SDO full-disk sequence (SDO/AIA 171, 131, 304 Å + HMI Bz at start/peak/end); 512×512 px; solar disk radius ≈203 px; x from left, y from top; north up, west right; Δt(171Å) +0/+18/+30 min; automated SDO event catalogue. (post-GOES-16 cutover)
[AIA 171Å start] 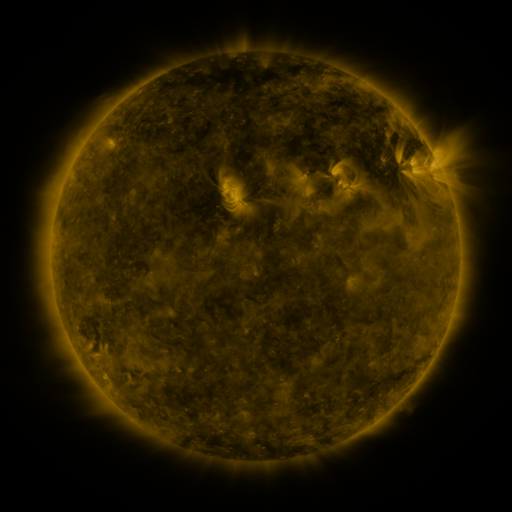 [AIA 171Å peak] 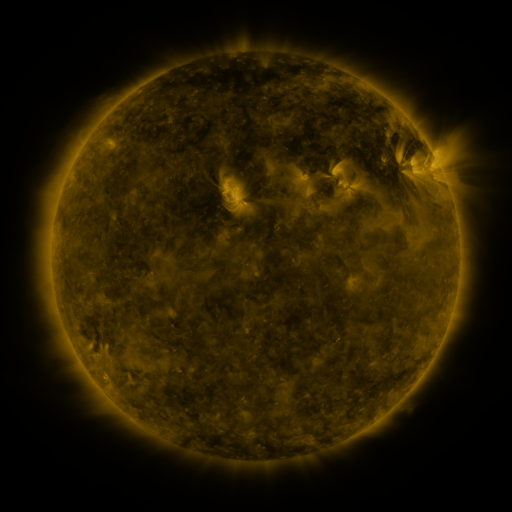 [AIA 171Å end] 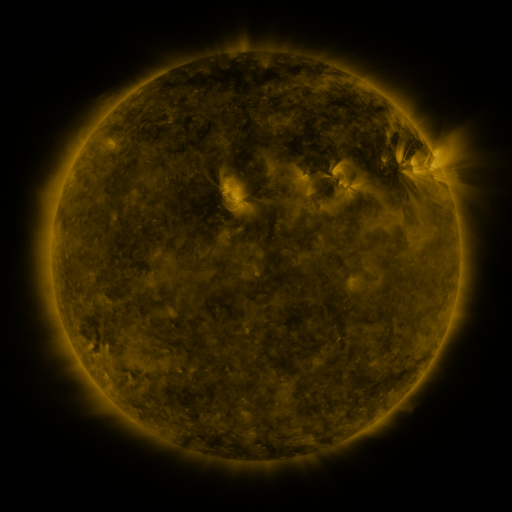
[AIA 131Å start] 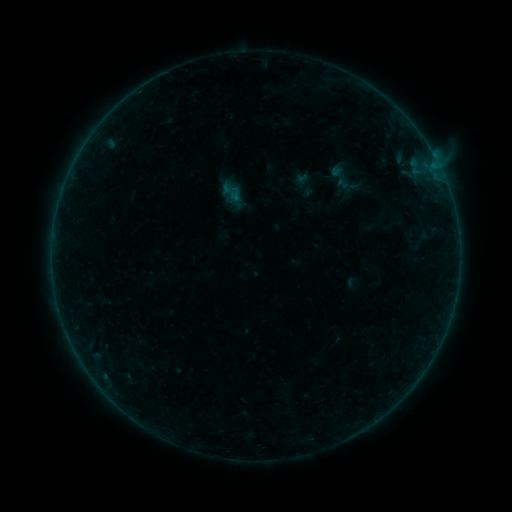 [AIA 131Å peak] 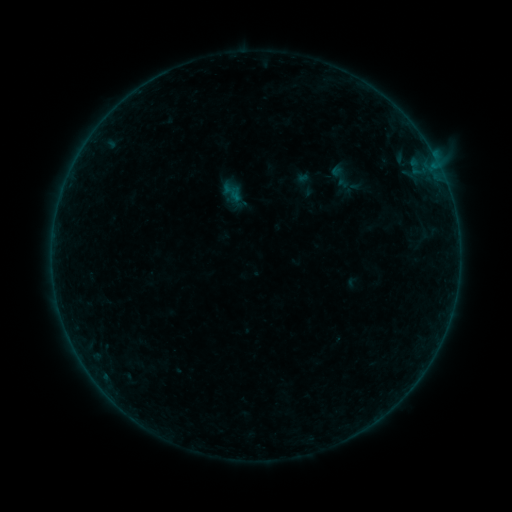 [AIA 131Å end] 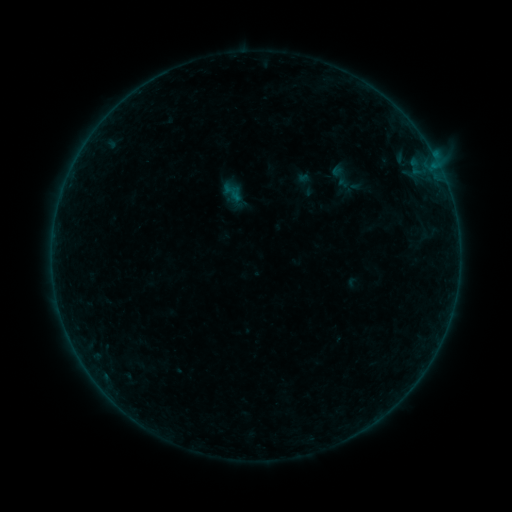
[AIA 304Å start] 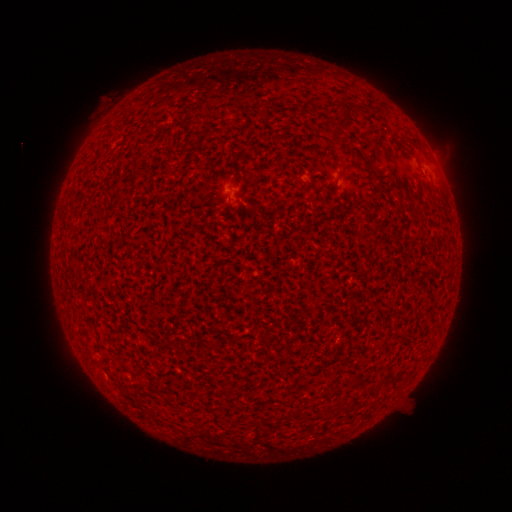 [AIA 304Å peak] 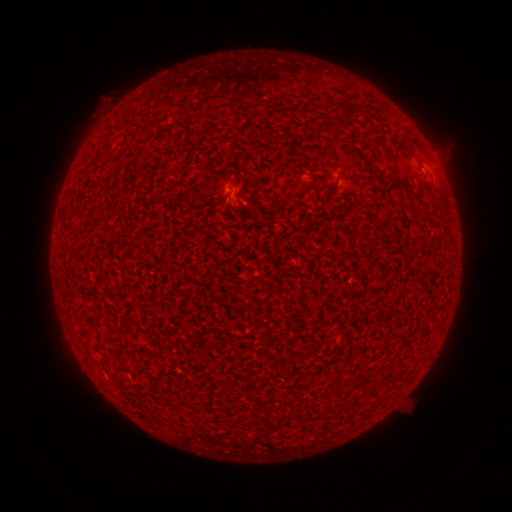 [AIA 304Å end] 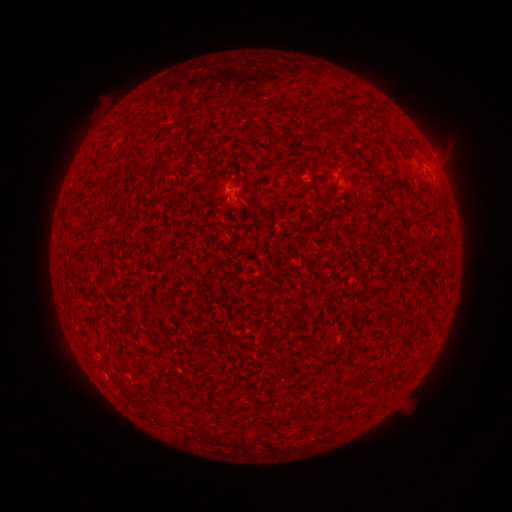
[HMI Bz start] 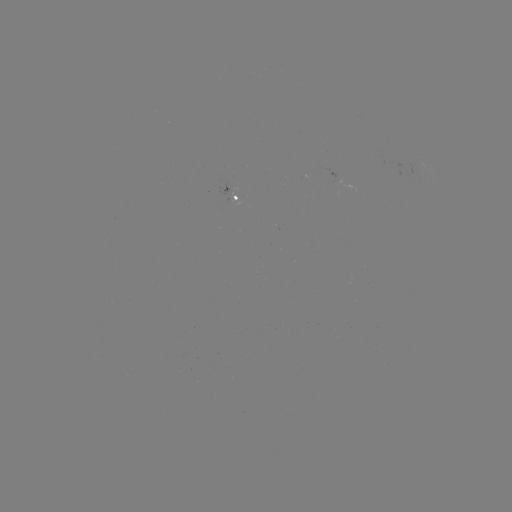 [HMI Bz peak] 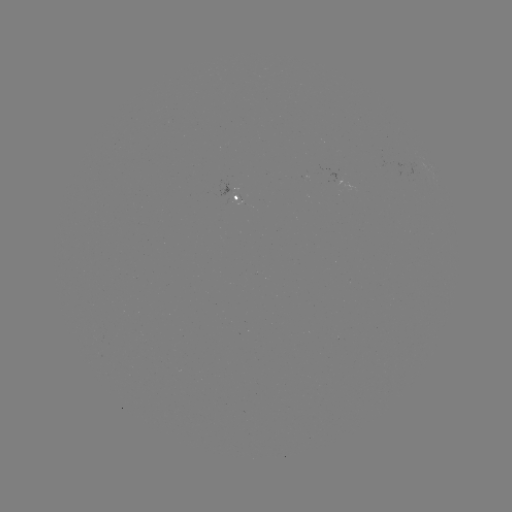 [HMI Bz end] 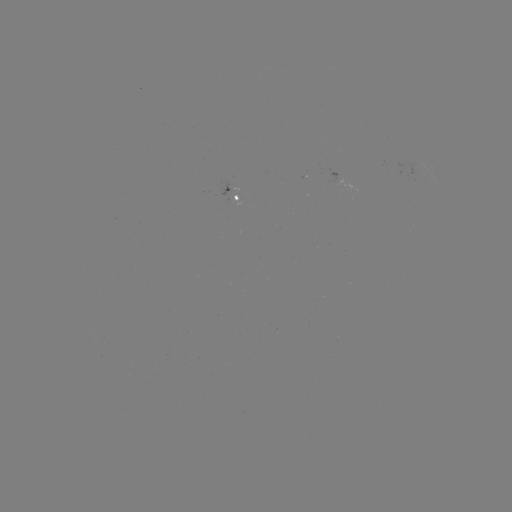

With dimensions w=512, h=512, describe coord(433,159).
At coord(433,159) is A3.5 flare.